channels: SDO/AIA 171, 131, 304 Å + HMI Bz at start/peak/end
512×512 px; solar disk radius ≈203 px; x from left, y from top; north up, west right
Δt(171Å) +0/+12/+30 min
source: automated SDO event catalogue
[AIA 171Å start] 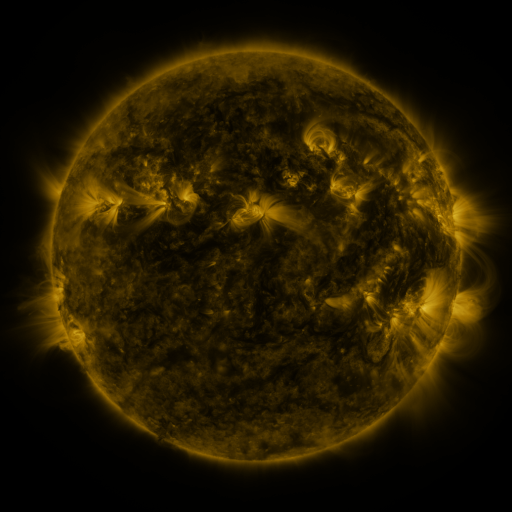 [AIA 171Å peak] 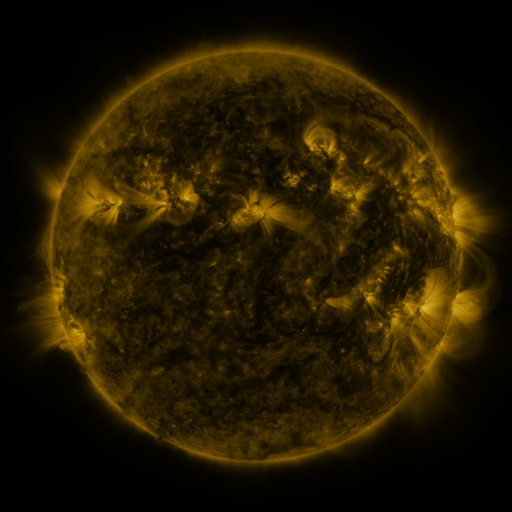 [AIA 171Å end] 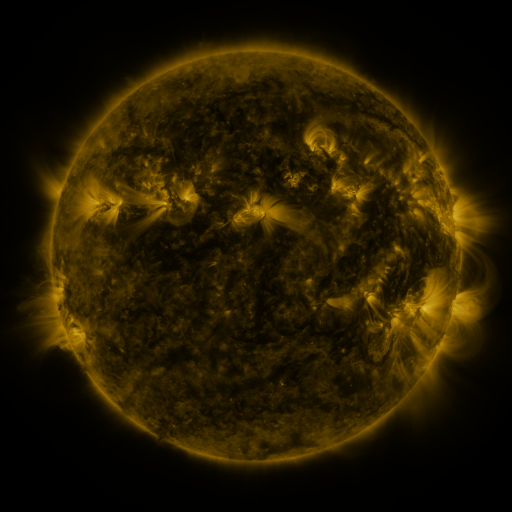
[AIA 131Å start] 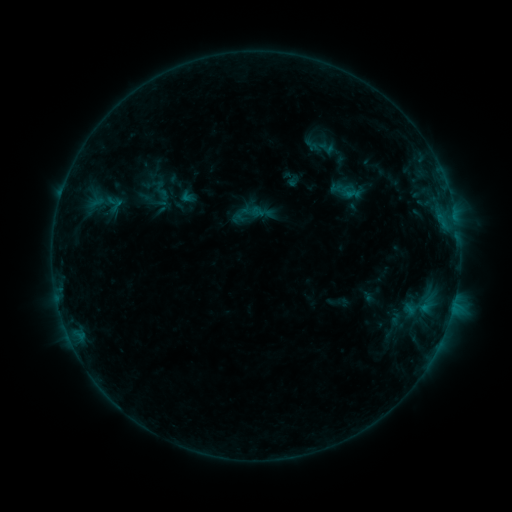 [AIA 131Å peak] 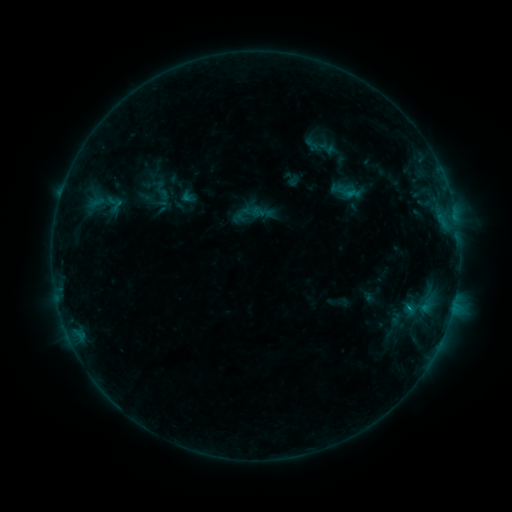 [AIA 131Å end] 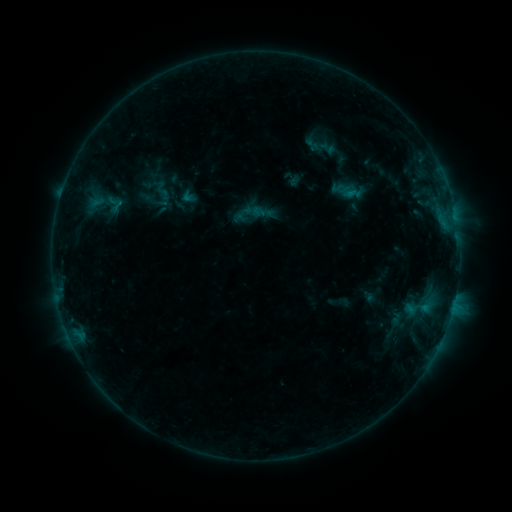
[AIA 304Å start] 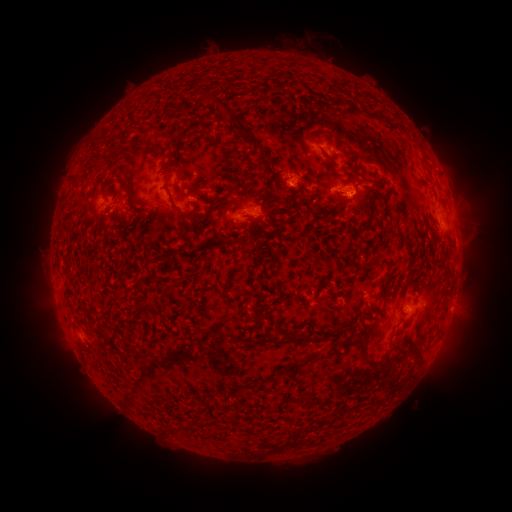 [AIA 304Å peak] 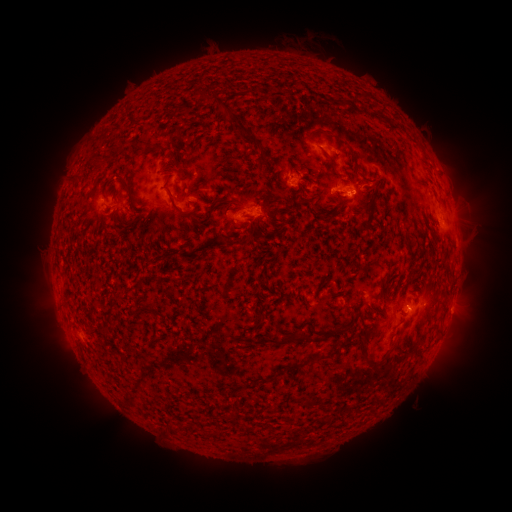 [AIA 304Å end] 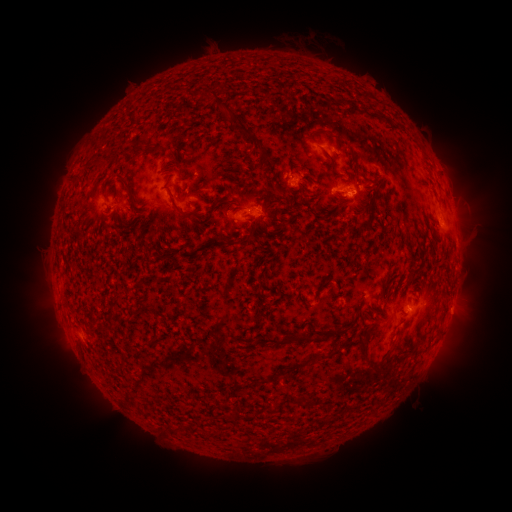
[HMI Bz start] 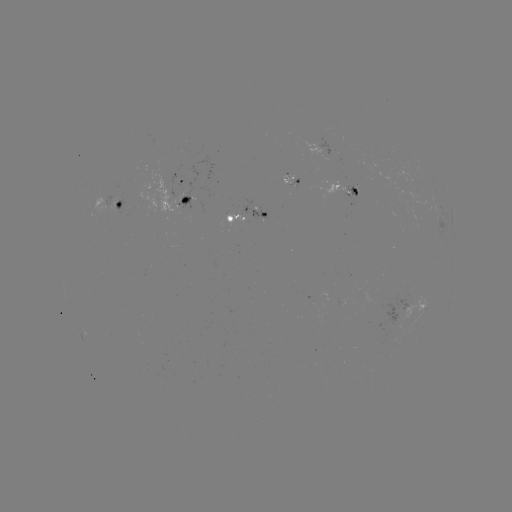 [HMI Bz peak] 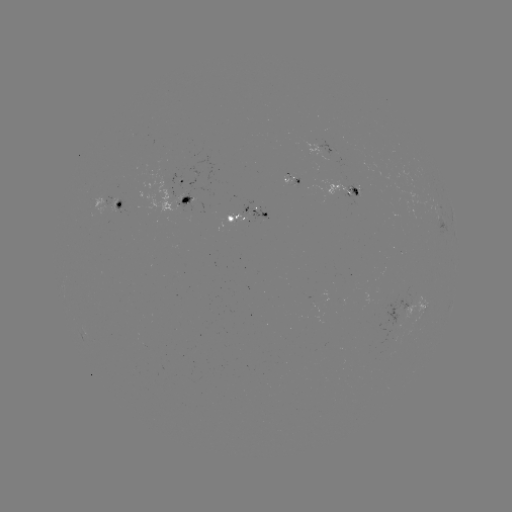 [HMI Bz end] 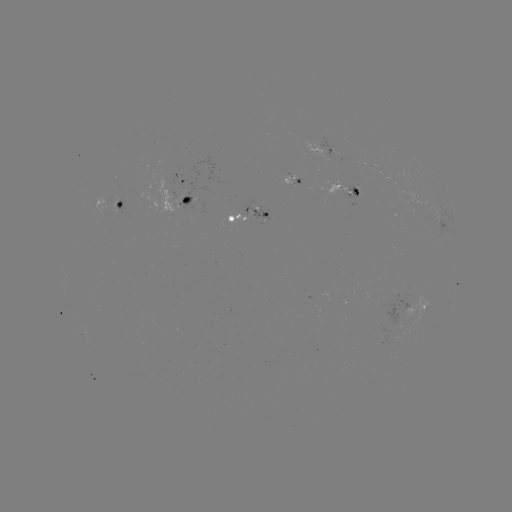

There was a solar flare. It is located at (349, 195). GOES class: B5.4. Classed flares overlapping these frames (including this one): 1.